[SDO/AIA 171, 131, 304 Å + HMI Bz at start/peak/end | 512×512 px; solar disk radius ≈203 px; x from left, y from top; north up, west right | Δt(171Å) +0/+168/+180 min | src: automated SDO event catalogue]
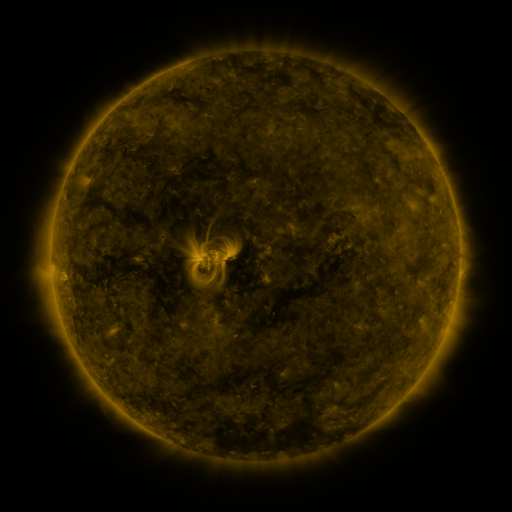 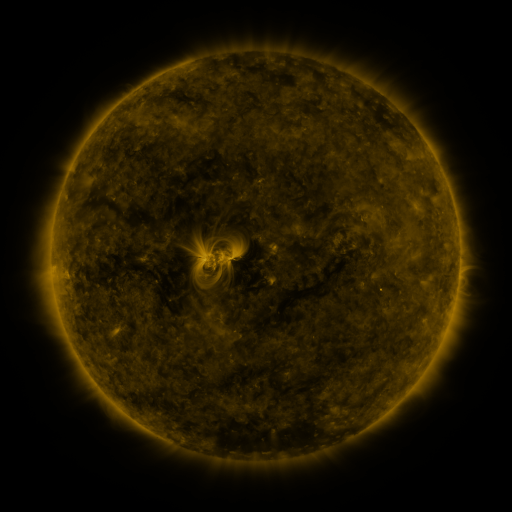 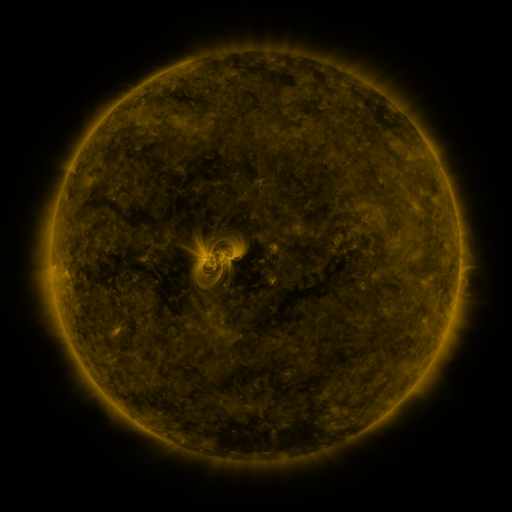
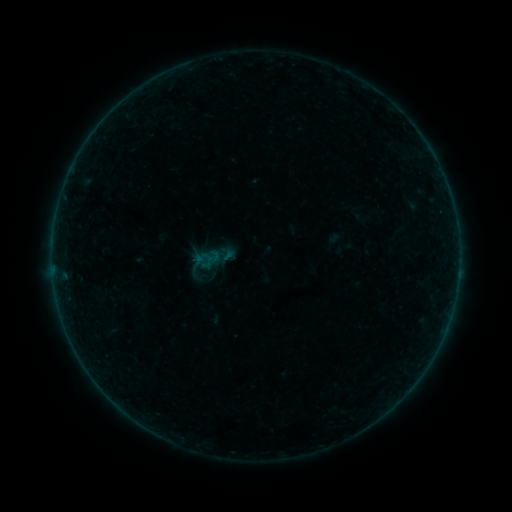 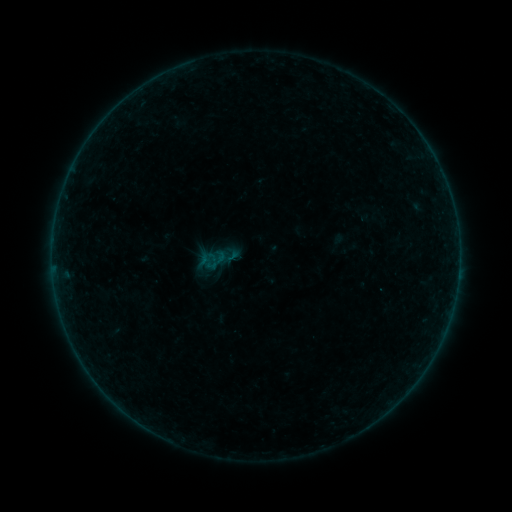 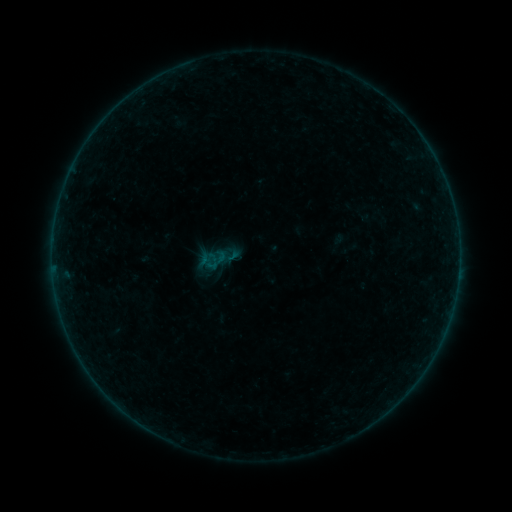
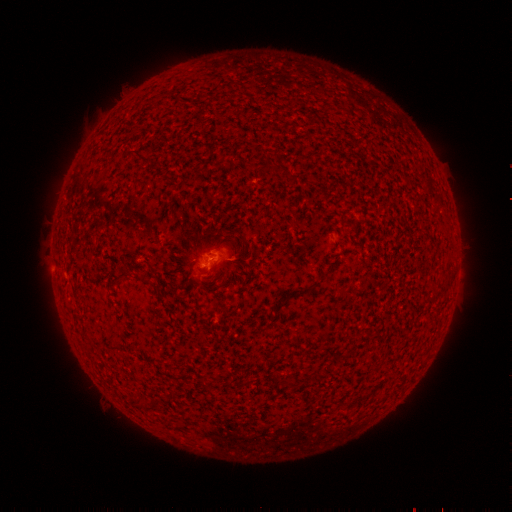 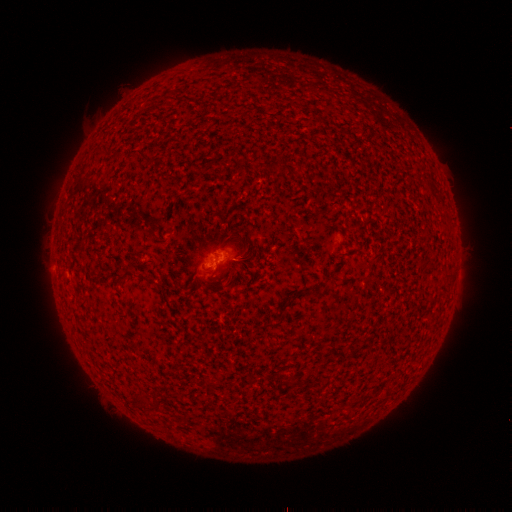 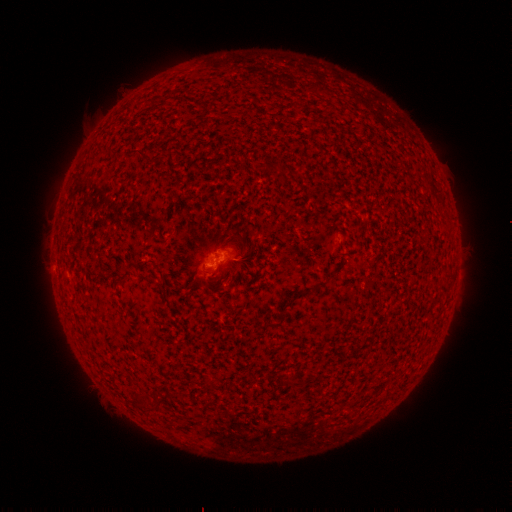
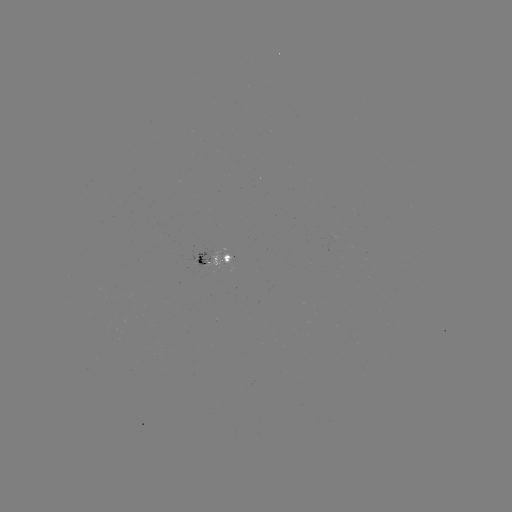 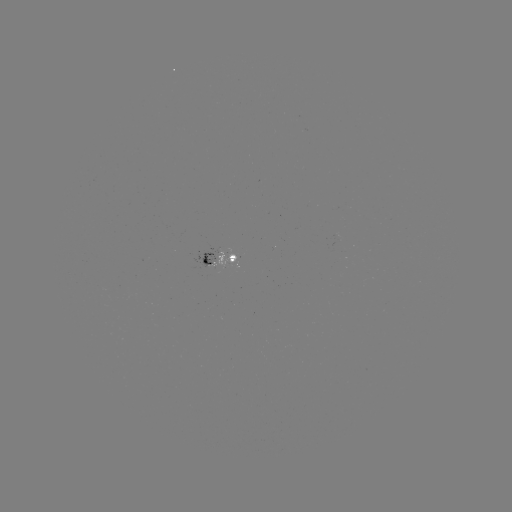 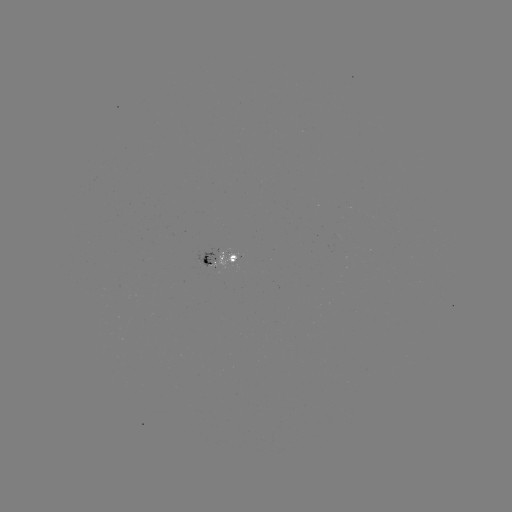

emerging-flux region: (213, 248, 237, 269)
